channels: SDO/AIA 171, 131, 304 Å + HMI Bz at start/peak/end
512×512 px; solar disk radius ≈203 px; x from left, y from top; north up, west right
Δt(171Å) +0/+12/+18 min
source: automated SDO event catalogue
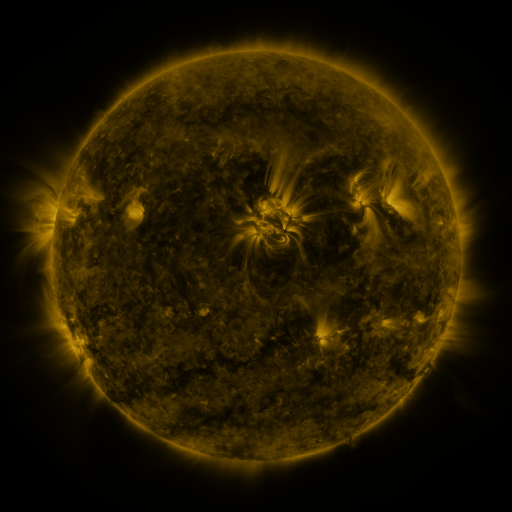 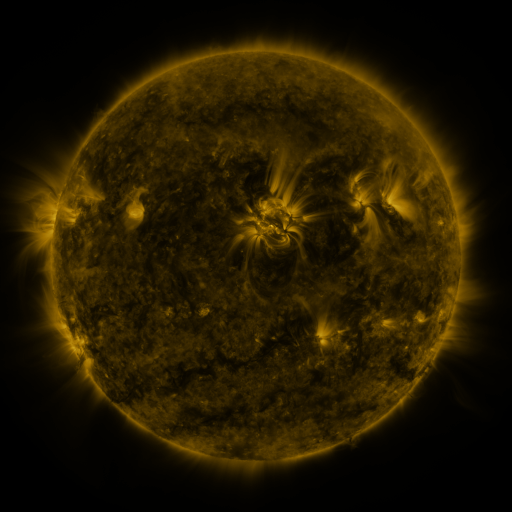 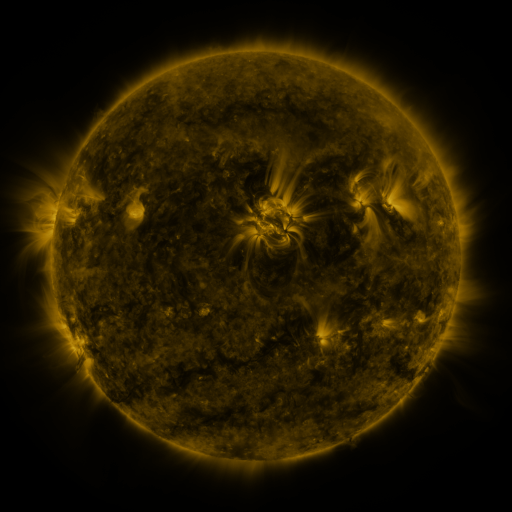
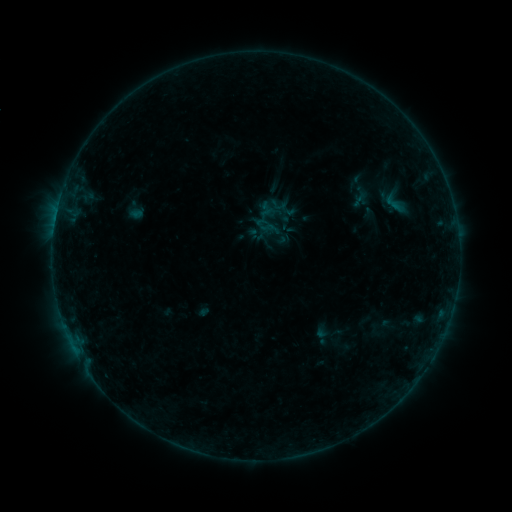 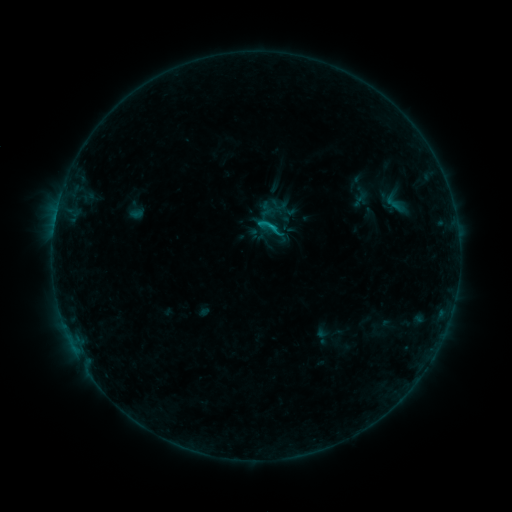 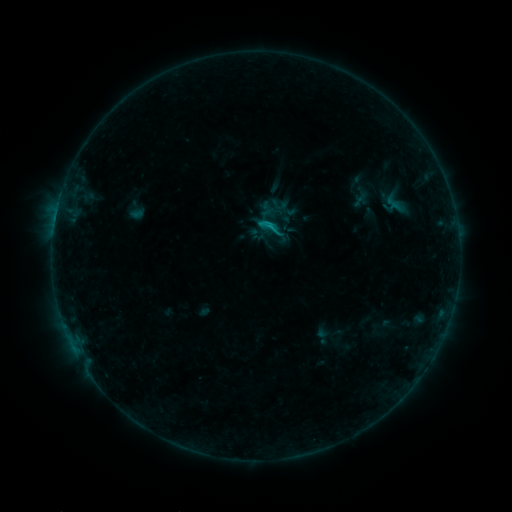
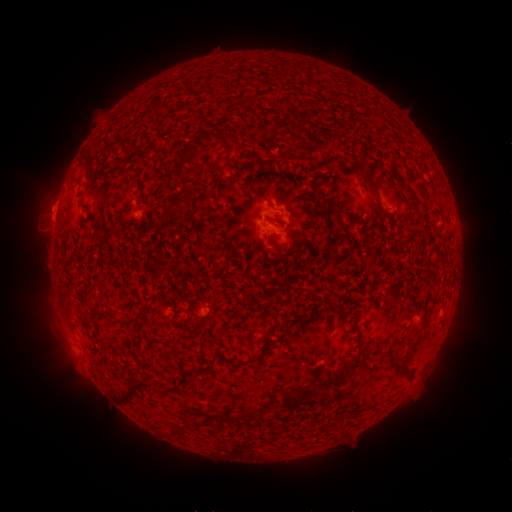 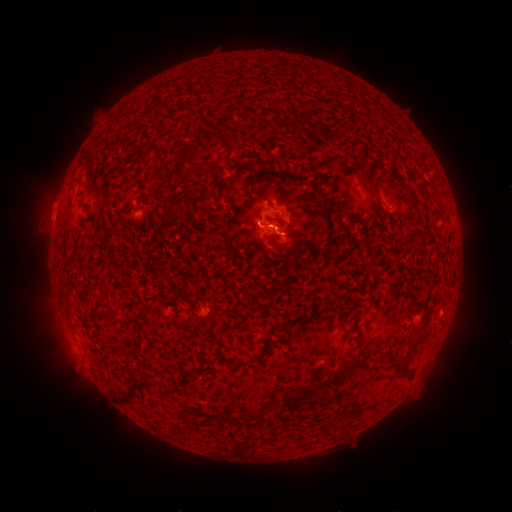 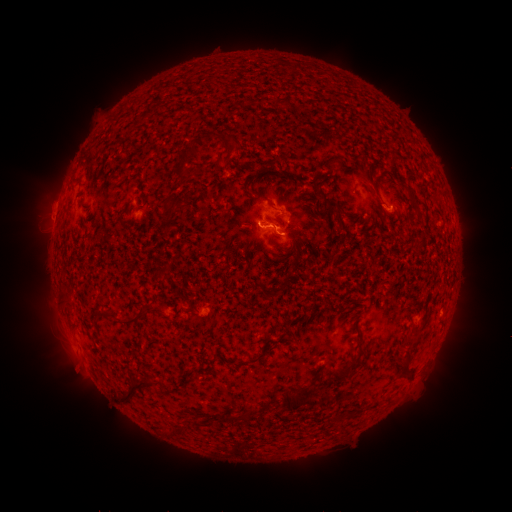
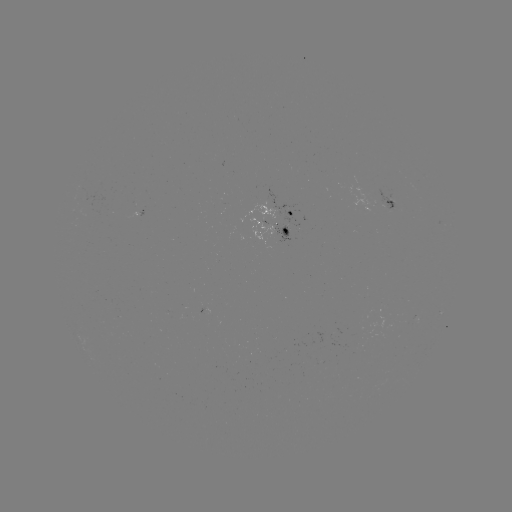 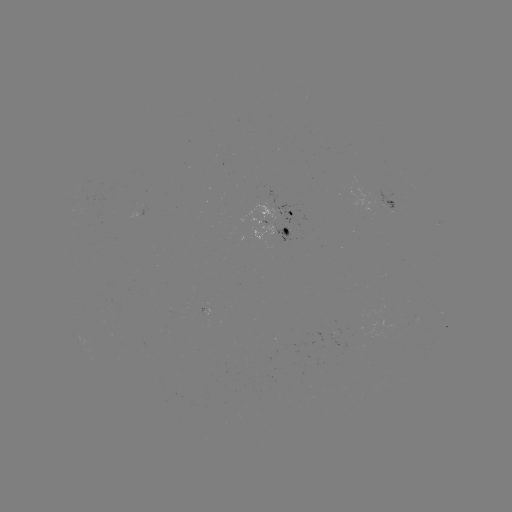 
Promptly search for B7.0 flare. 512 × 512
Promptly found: [270, 229].